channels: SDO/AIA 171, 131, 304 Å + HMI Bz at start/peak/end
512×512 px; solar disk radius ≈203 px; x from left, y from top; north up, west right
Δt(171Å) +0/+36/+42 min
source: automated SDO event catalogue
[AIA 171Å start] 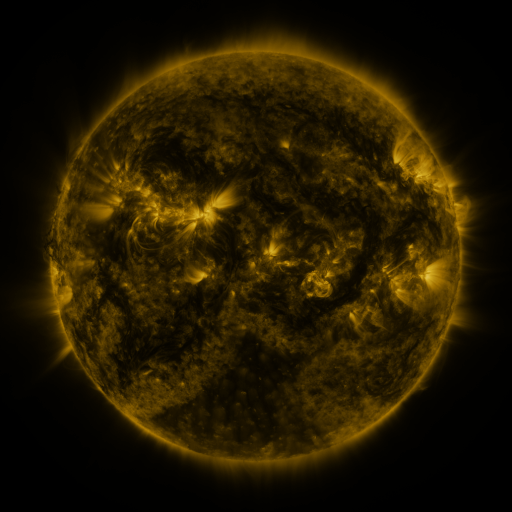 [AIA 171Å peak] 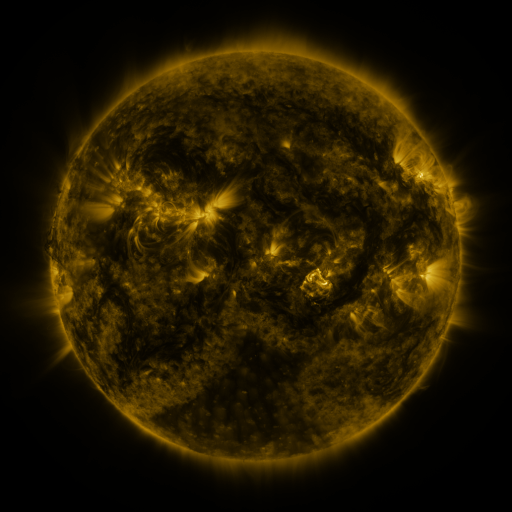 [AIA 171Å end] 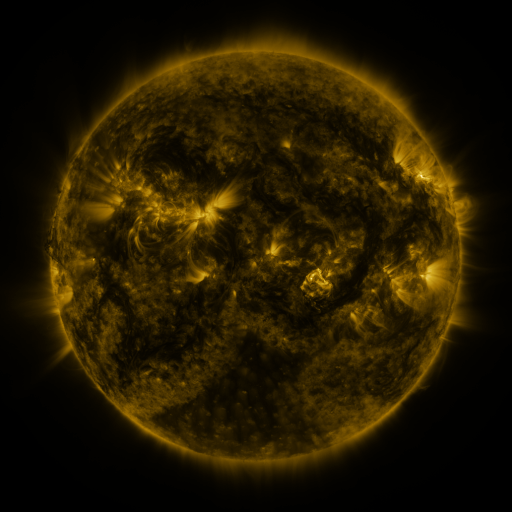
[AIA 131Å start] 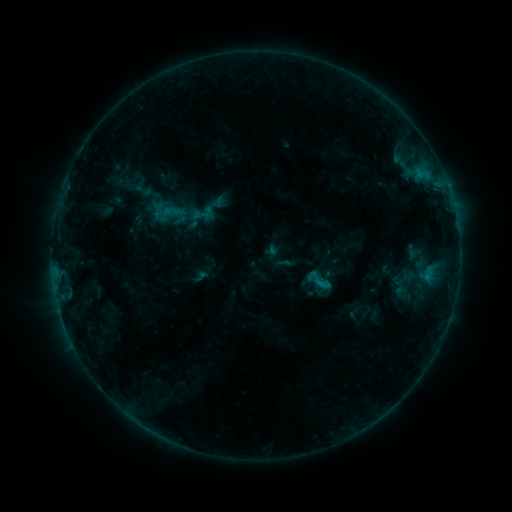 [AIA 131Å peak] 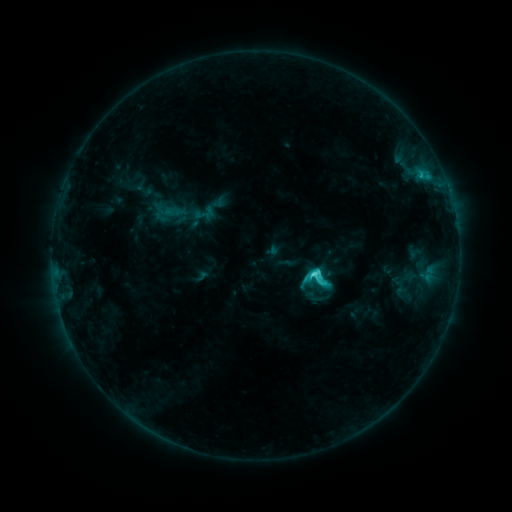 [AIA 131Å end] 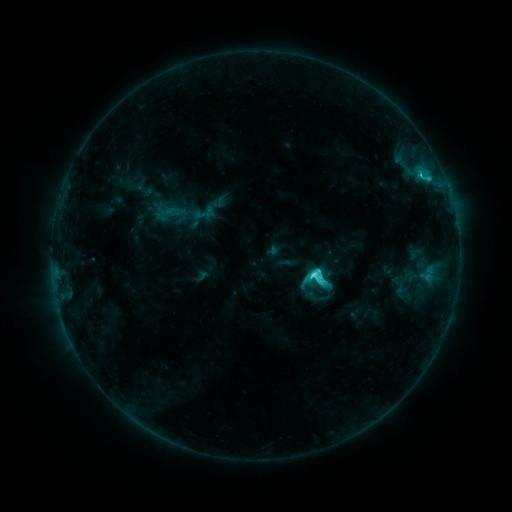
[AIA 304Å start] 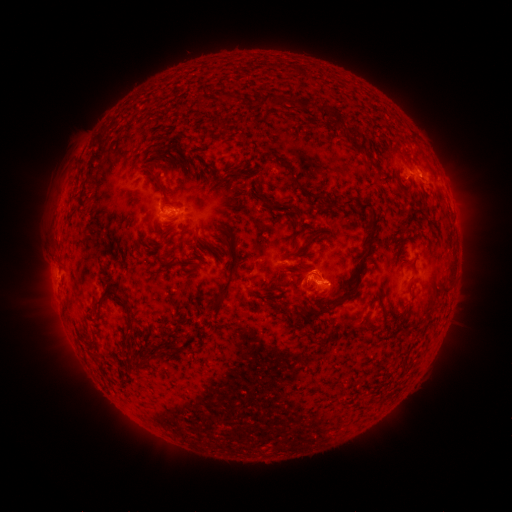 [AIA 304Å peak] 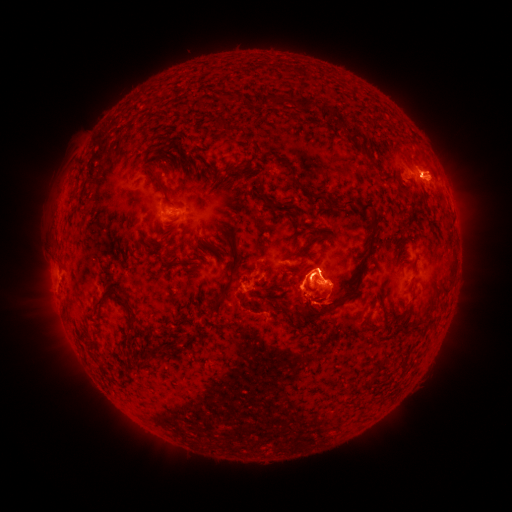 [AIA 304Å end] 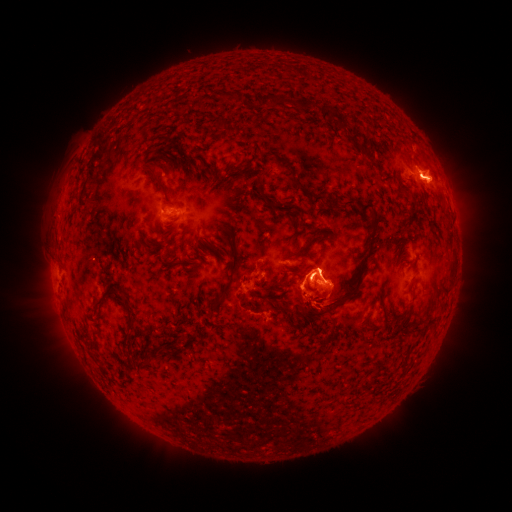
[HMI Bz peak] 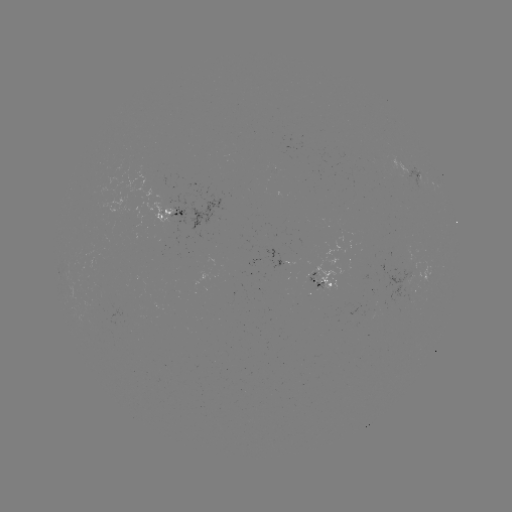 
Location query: C5.6 flare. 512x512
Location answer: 311,274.